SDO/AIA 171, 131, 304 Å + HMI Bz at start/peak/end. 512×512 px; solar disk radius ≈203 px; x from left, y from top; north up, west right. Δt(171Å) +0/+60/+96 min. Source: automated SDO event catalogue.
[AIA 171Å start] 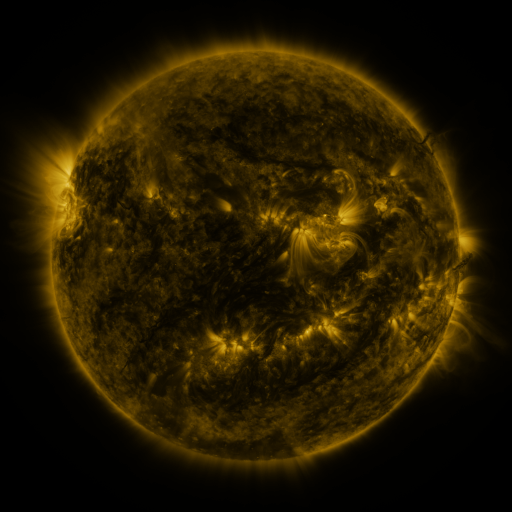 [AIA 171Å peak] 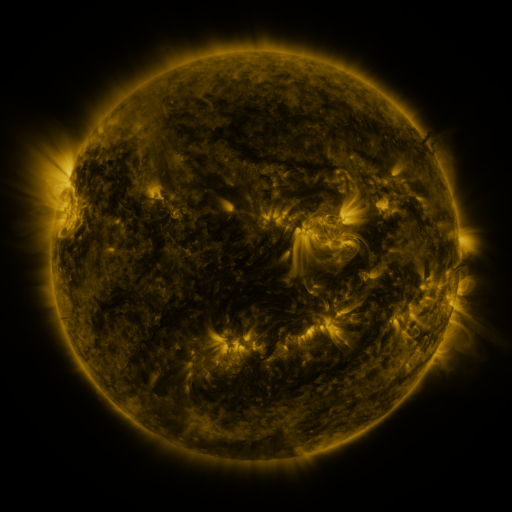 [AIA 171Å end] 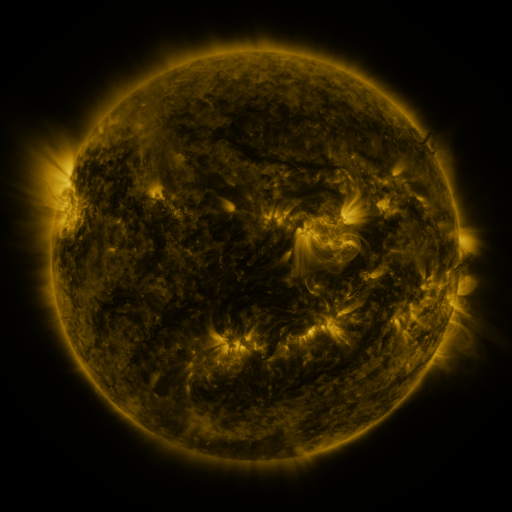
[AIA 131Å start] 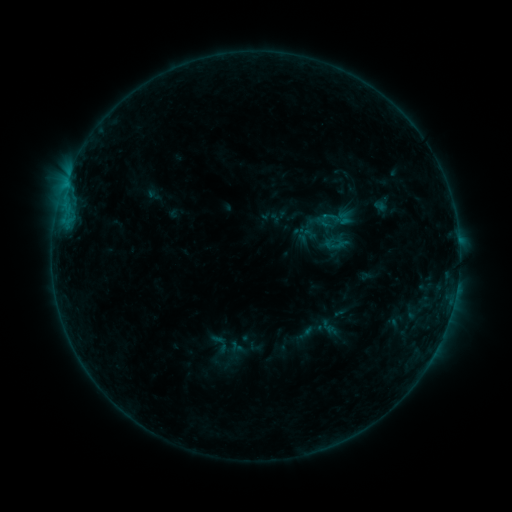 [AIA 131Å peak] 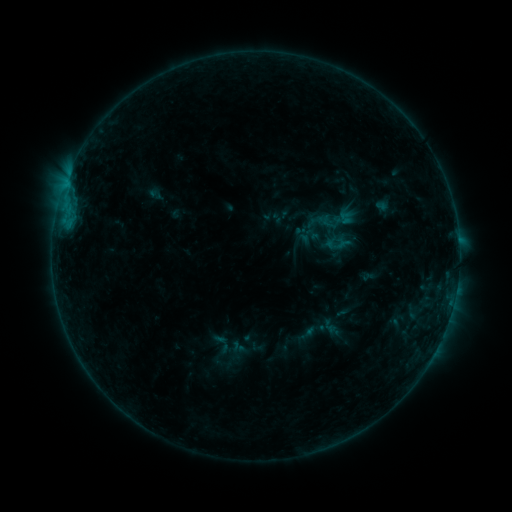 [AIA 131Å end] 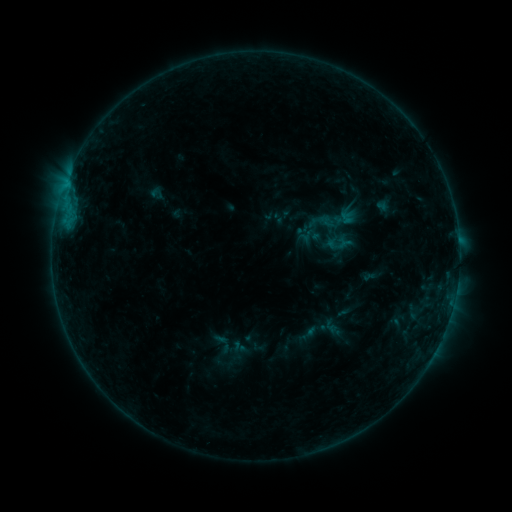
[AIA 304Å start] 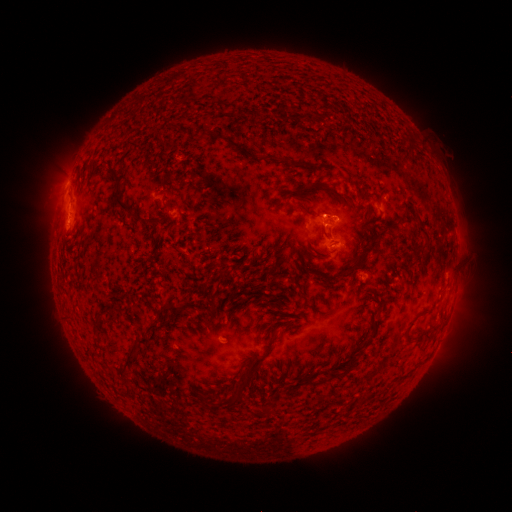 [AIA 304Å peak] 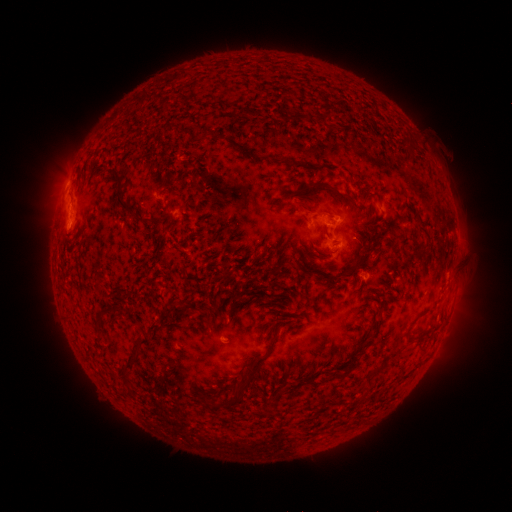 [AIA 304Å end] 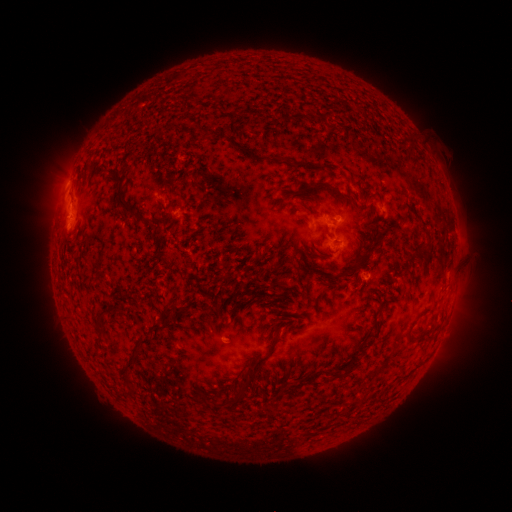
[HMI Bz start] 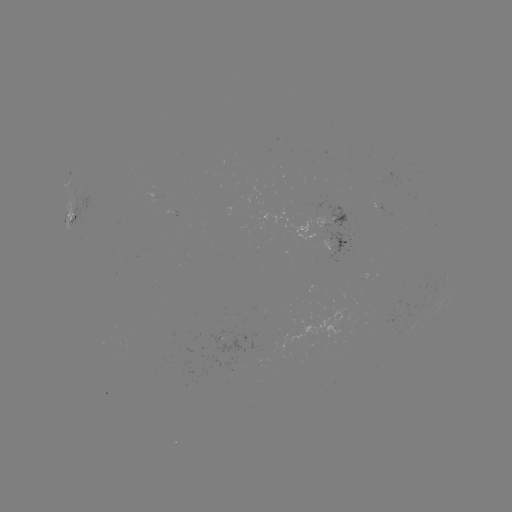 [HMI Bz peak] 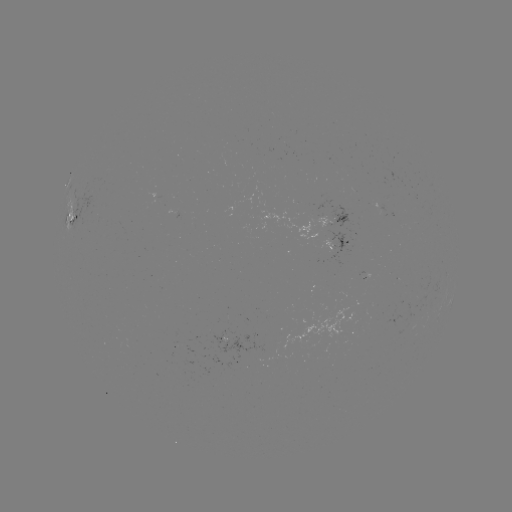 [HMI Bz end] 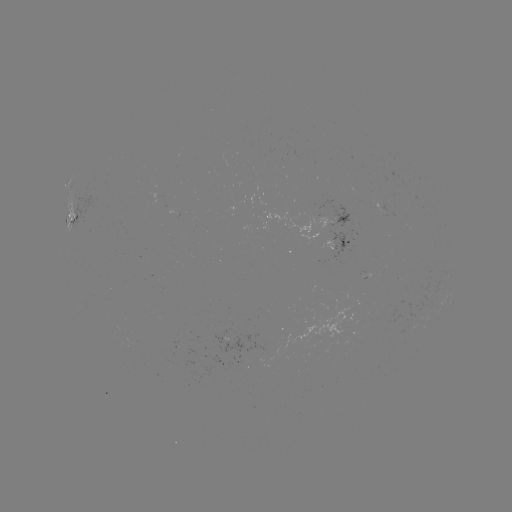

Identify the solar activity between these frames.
emerging-flux region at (253, 351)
